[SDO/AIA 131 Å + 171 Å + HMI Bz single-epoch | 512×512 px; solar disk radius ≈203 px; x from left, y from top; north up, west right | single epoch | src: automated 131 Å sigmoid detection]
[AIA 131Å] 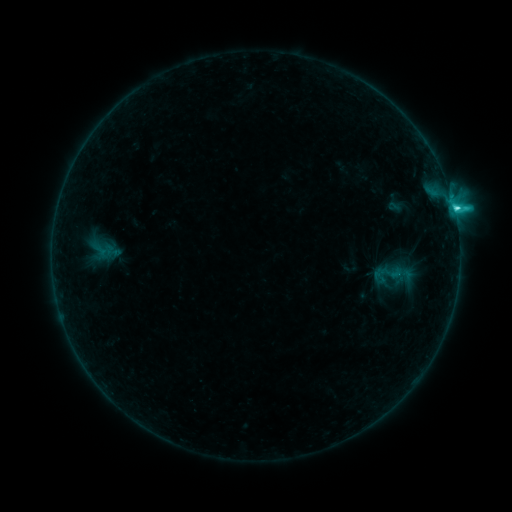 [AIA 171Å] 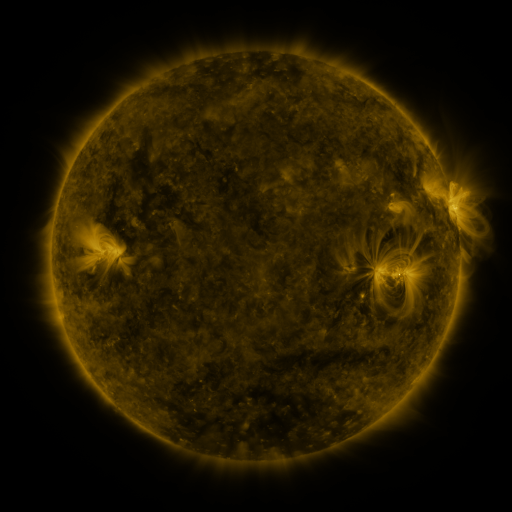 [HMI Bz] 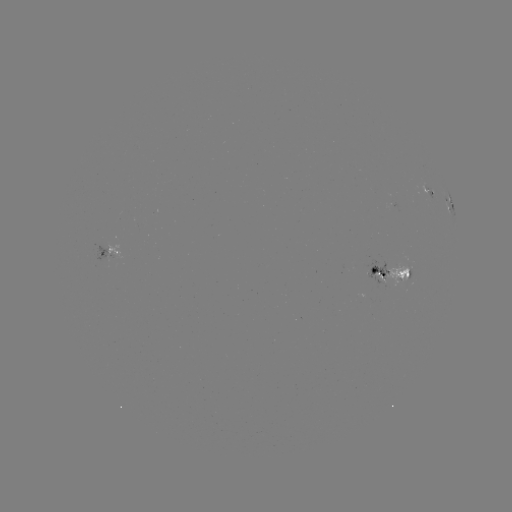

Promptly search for sigmoid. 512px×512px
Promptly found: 388,273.